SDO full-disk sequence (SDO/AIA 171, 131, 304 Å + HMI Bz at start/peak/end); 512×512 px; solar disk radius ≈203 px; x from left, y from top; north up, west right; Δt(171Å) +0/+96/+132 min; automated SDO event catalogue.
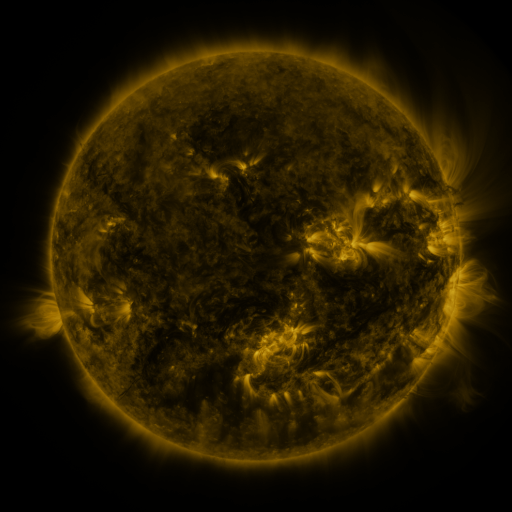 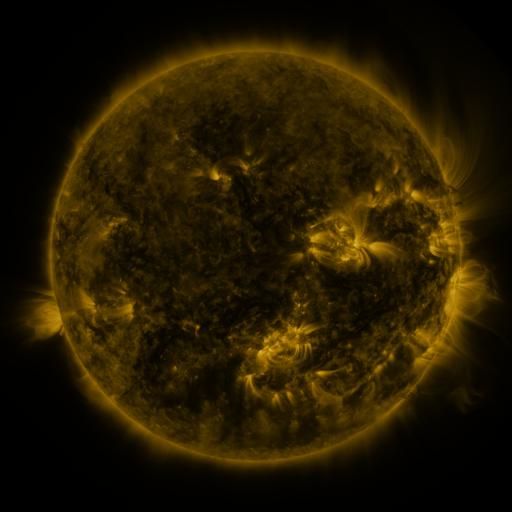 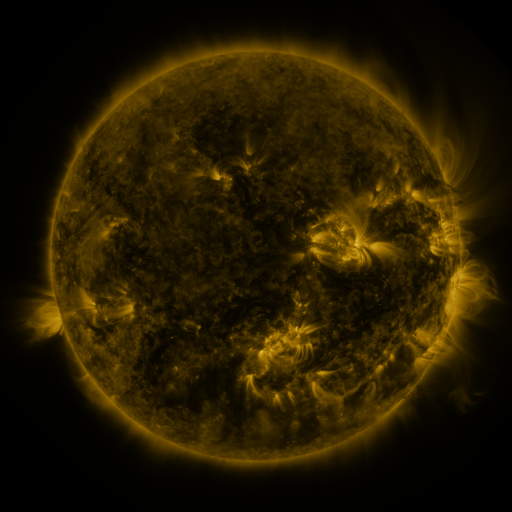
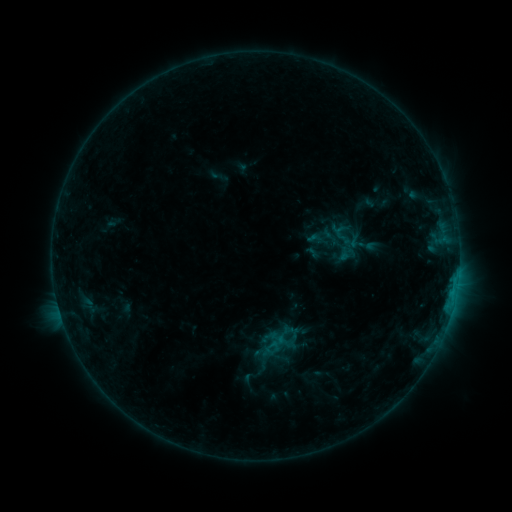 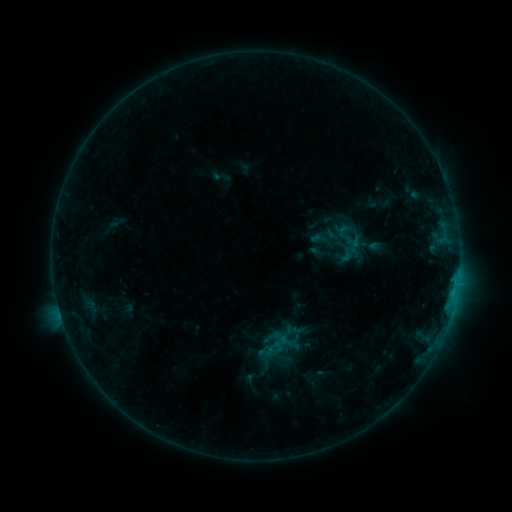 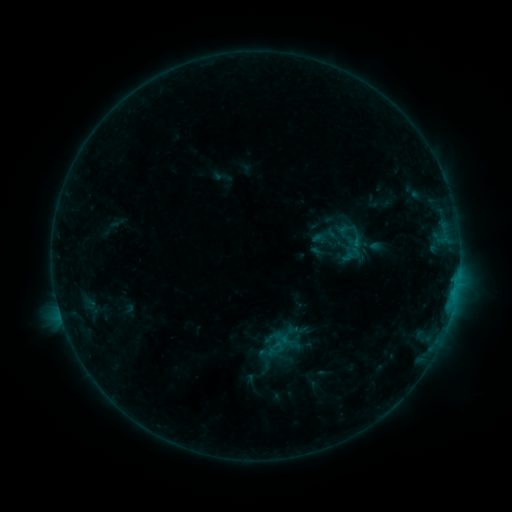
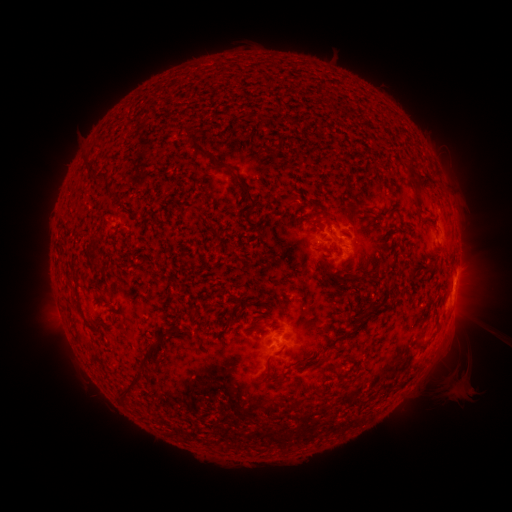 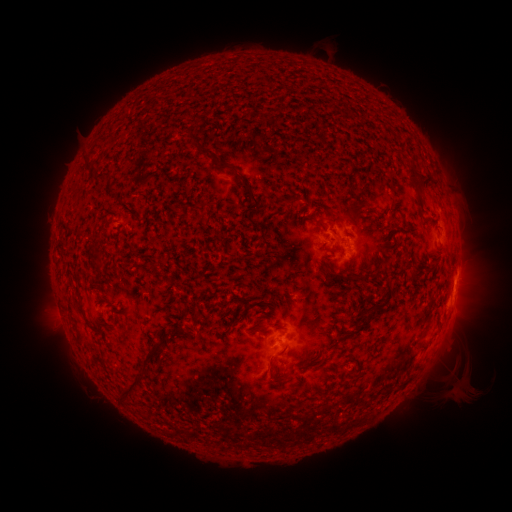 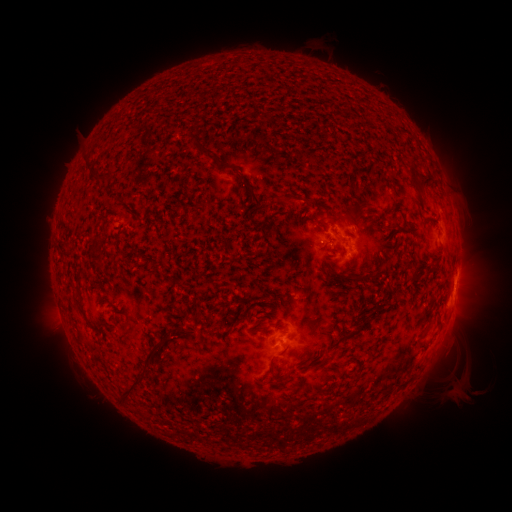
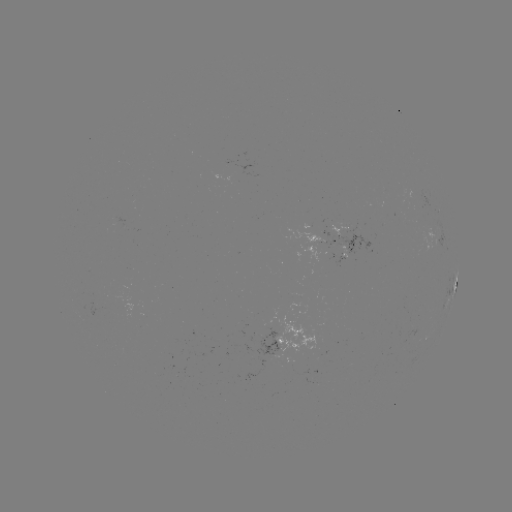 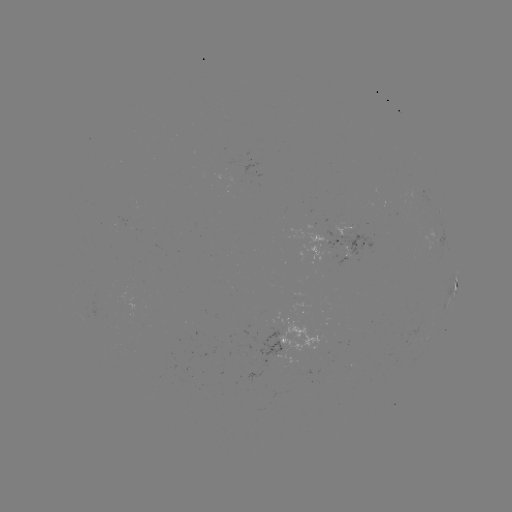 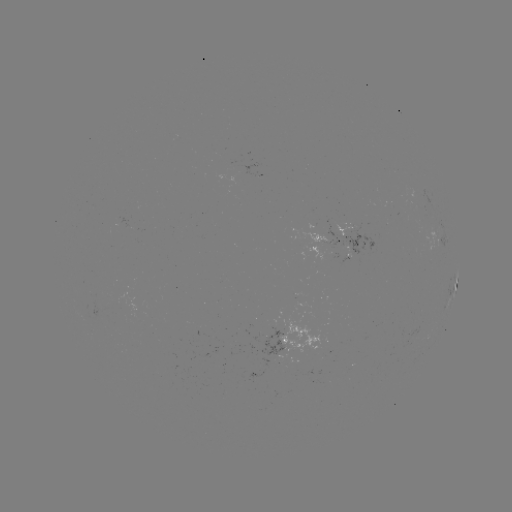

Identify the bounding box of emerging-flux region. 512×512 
[337, 219, 378, 254].